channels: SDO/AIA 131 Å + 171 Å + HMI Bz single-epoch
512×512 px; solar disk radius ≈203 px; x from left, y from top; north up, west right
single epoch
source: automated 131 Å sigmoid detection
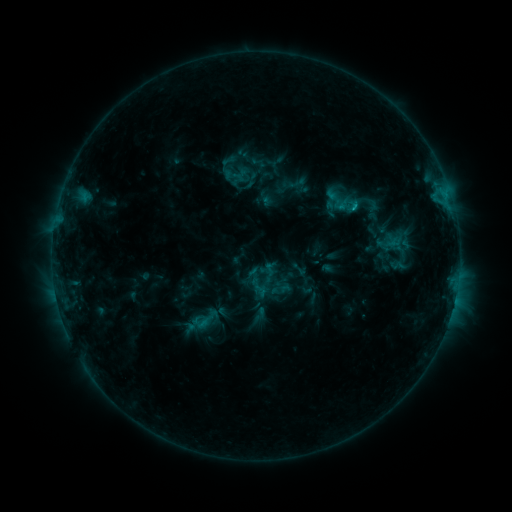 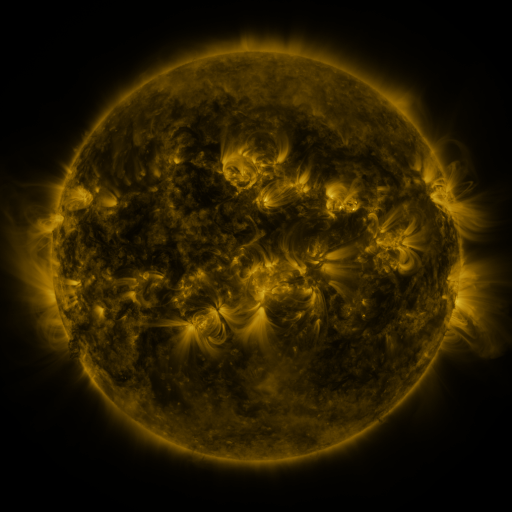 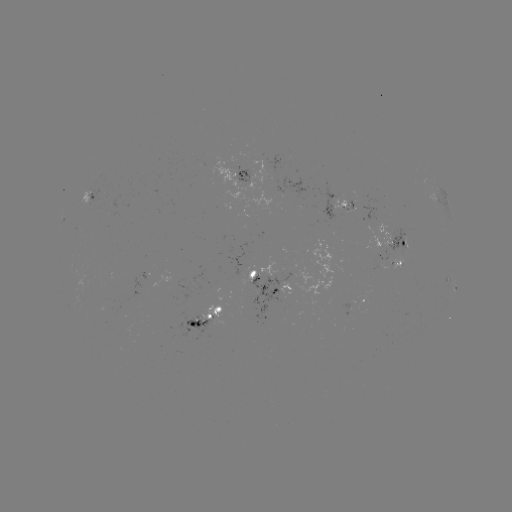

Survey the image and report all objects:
sigmoid: (230, 160)
sigmoid: (234, 176)
sigmoid: (346, 204)
